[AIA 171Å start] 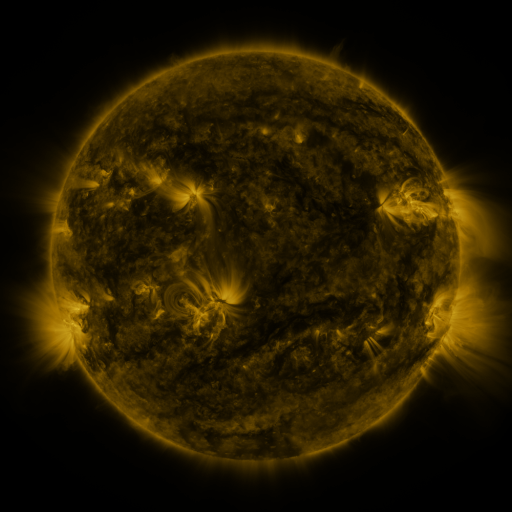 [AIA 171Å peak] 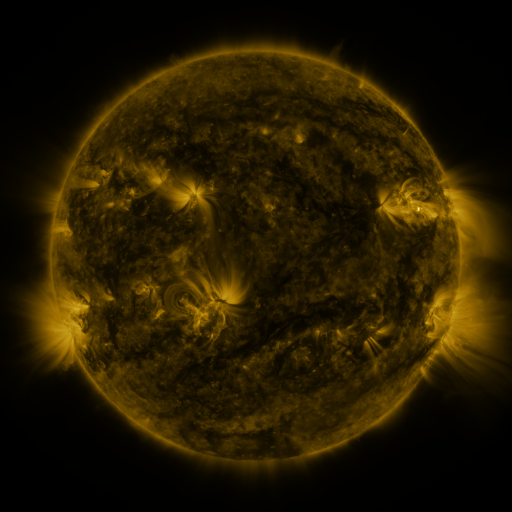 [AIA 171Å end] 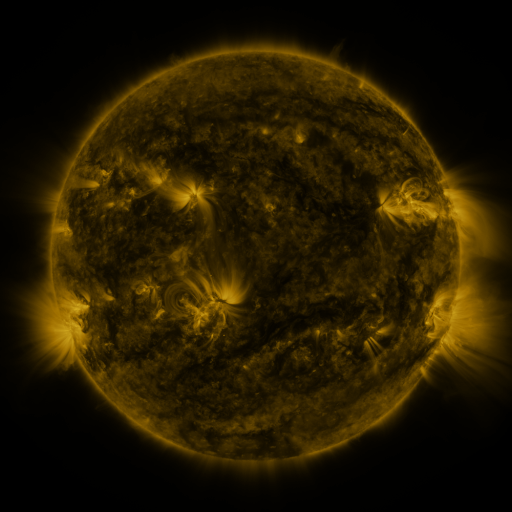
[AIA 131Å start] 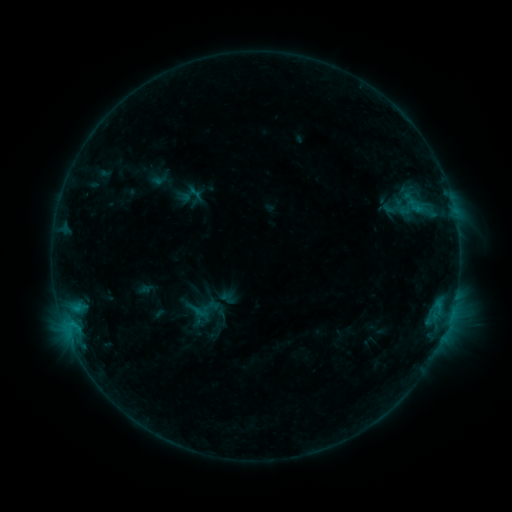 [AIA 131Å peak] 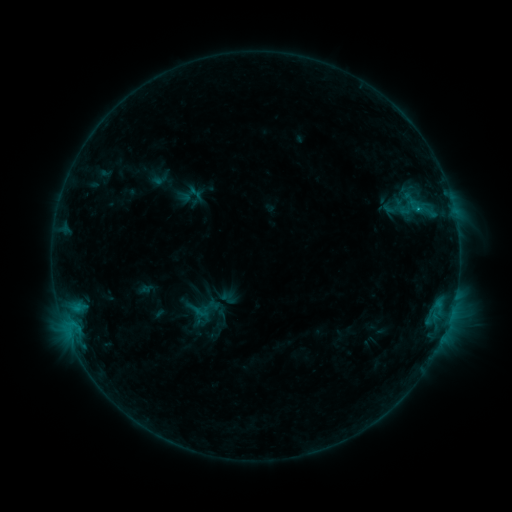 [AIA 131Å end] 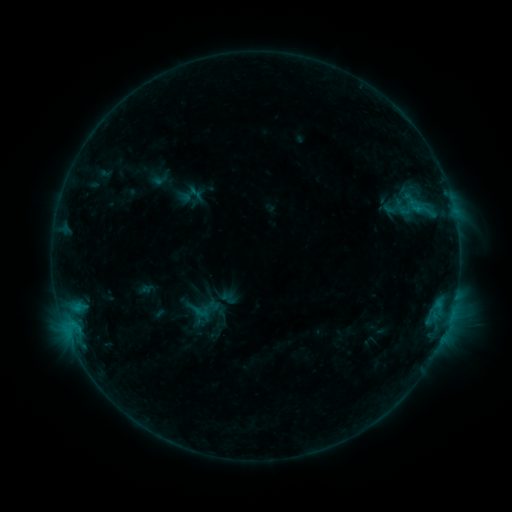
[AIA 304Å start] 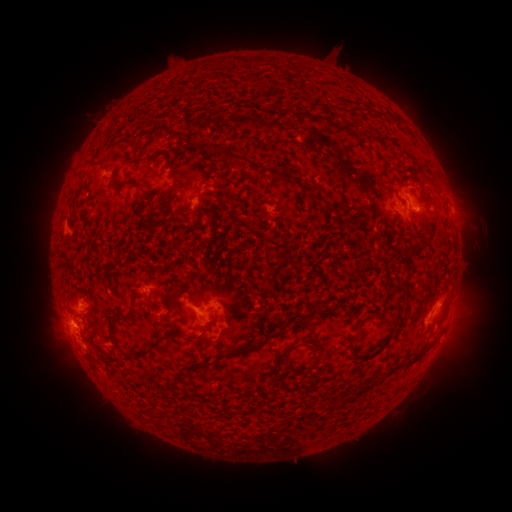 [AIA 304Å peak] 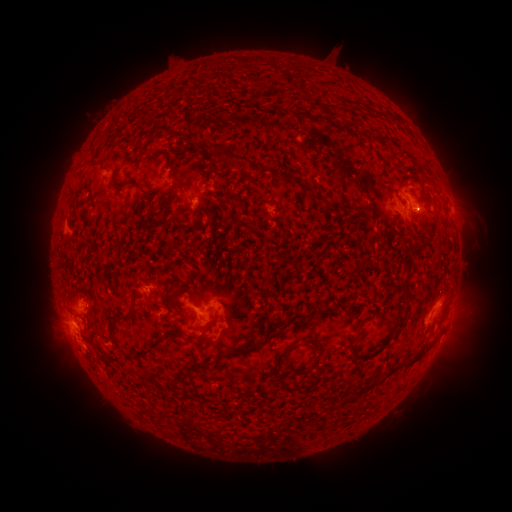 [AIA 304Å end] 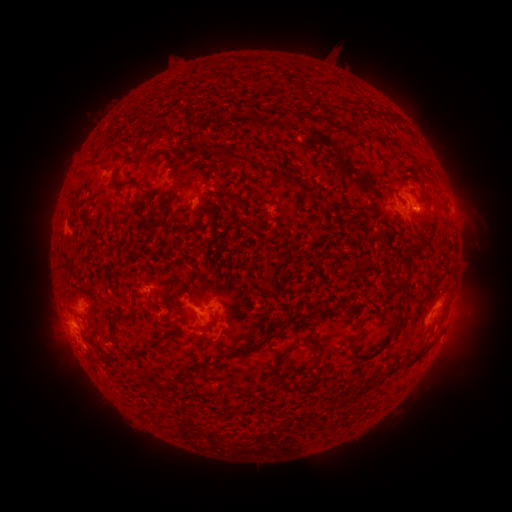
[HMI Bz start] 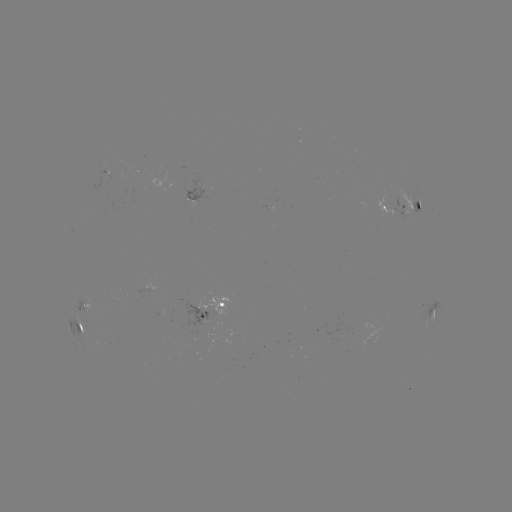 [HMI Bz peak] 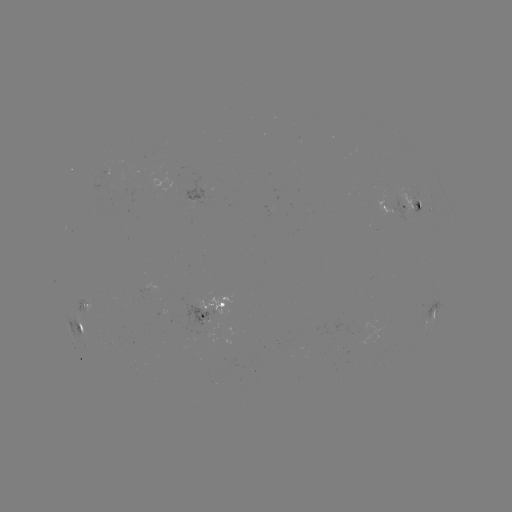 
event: flare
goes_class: B7.5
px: (416, 211)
